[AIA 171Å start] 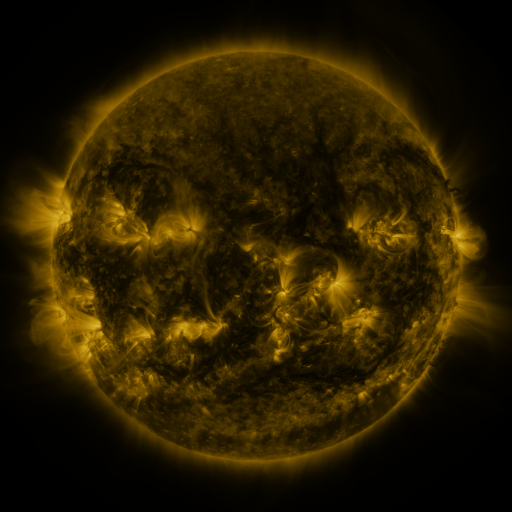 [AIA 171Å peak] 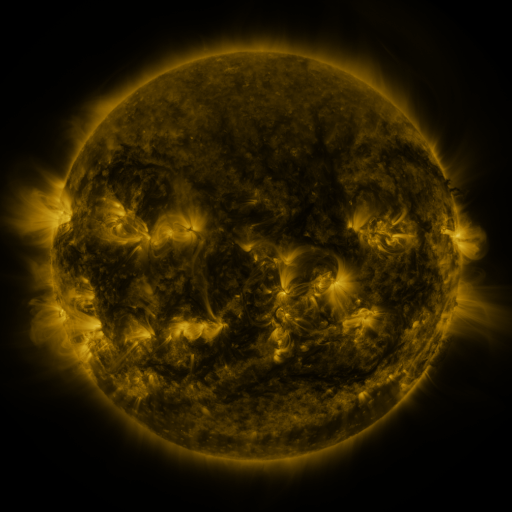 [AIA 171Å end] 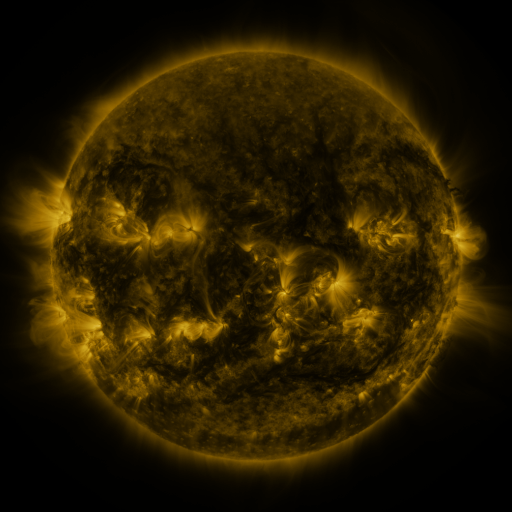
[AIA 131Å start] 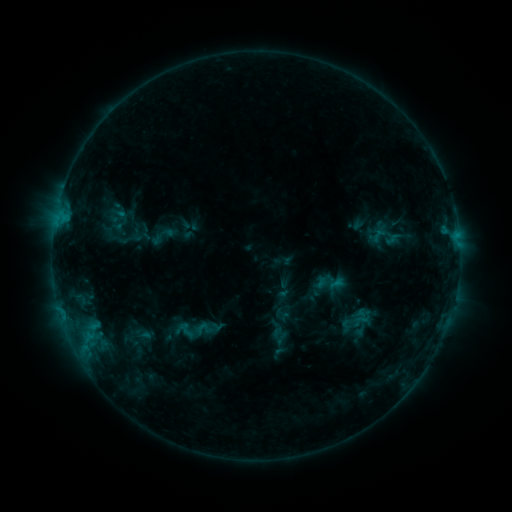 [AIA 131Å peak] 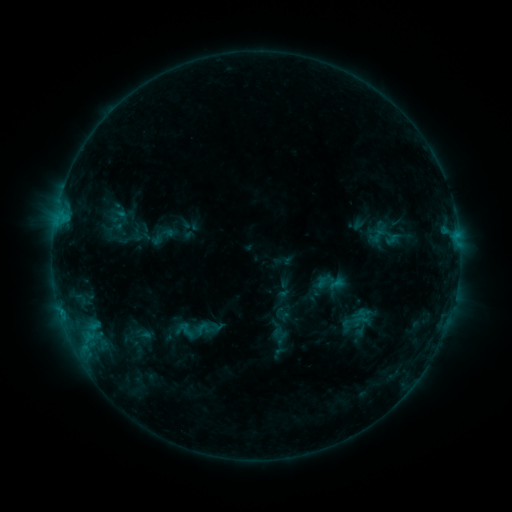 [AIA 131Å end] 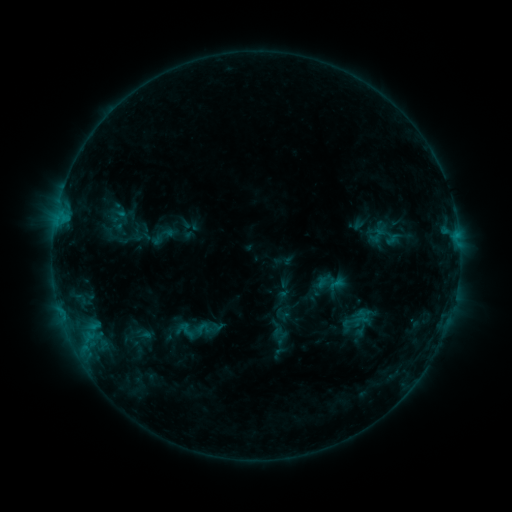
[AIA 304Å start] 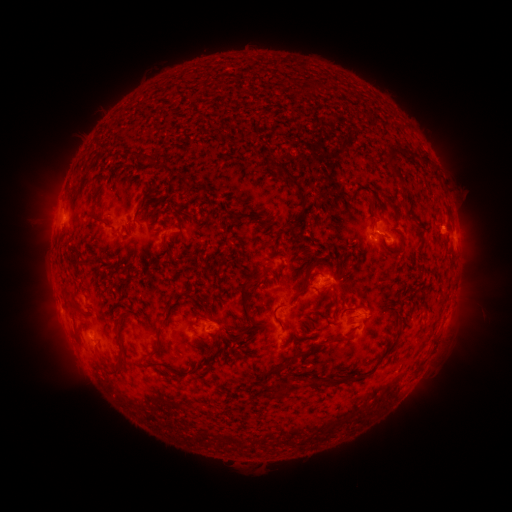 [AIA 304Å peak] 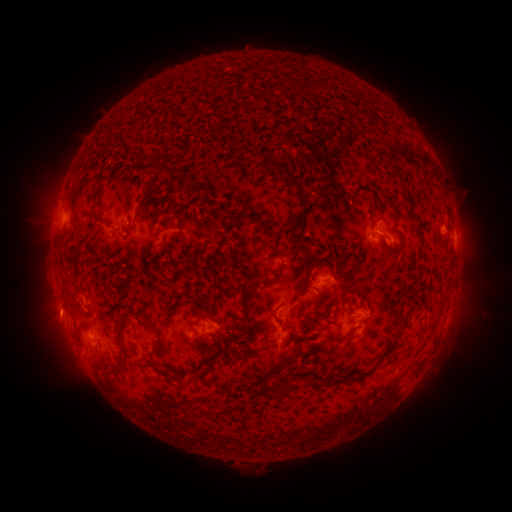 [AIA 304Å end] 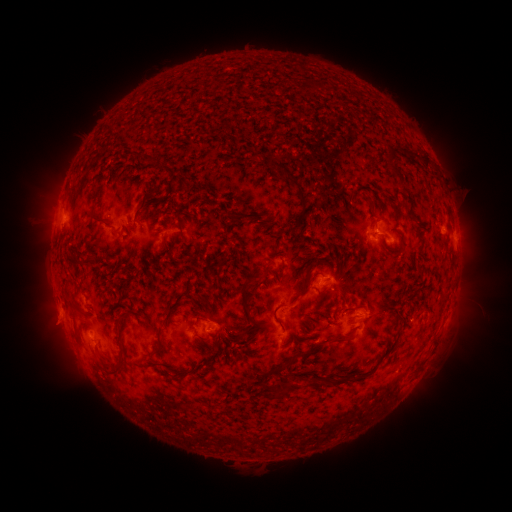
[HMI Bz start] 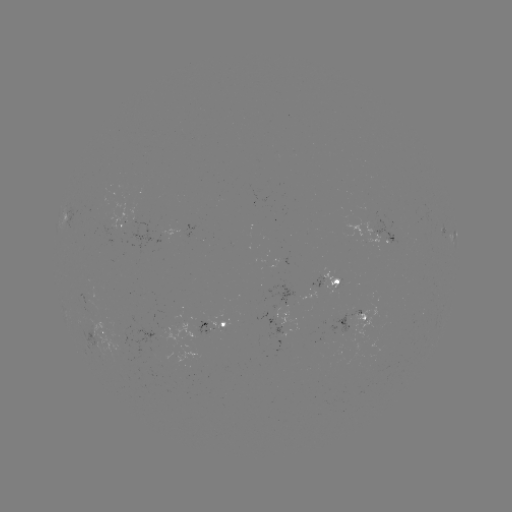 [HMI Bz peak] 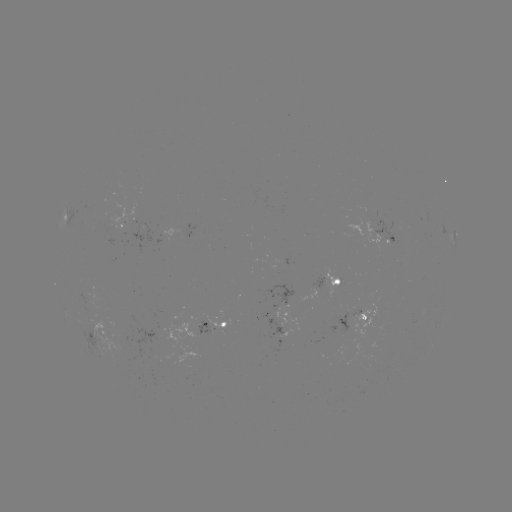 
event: eruption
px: (57, 320)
